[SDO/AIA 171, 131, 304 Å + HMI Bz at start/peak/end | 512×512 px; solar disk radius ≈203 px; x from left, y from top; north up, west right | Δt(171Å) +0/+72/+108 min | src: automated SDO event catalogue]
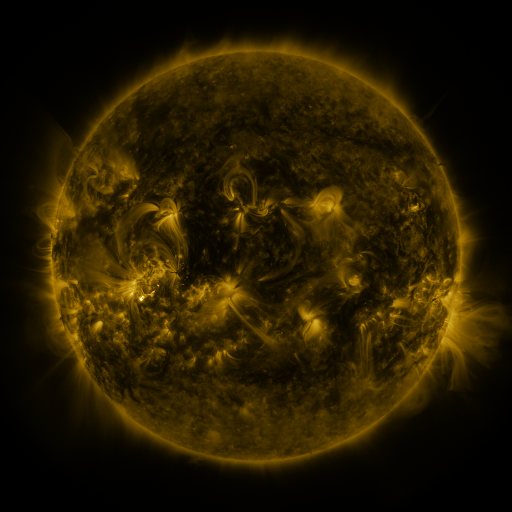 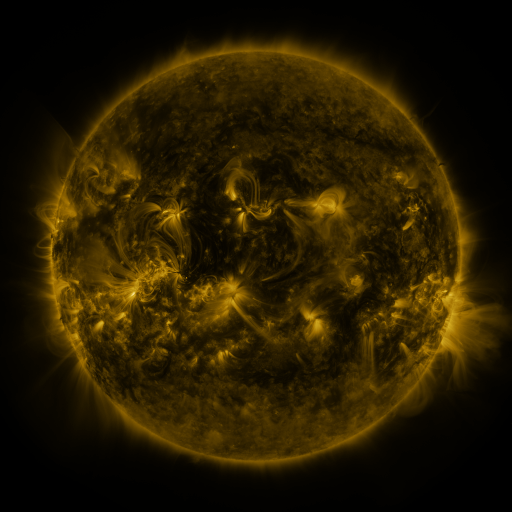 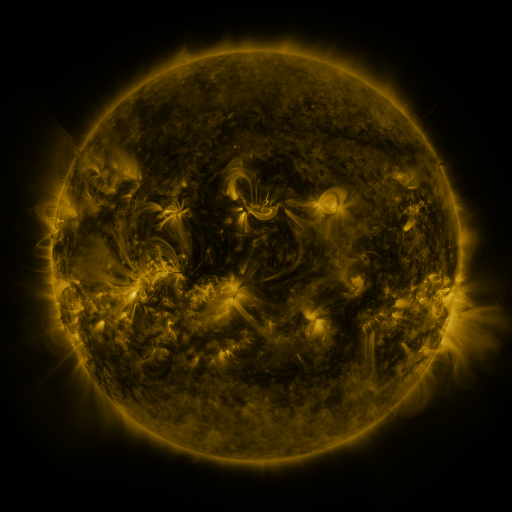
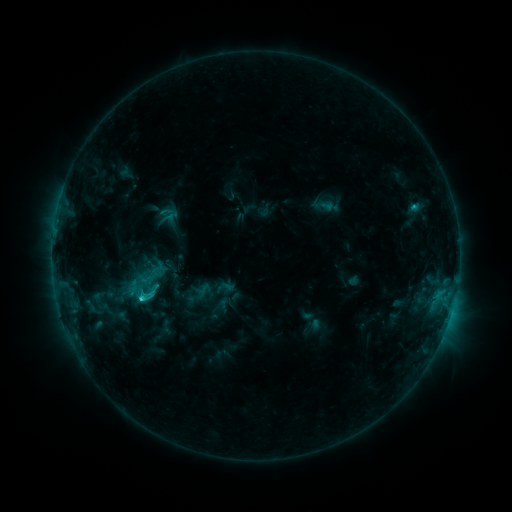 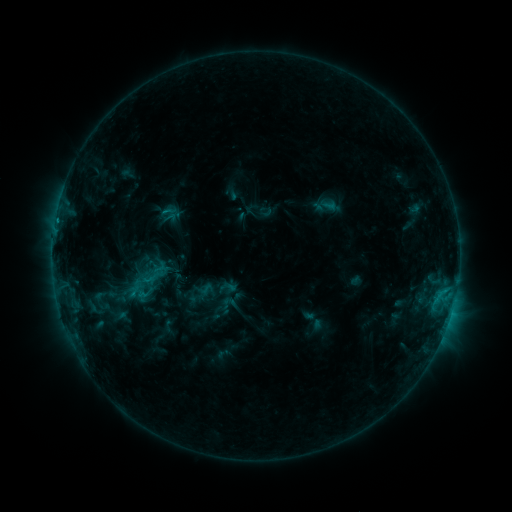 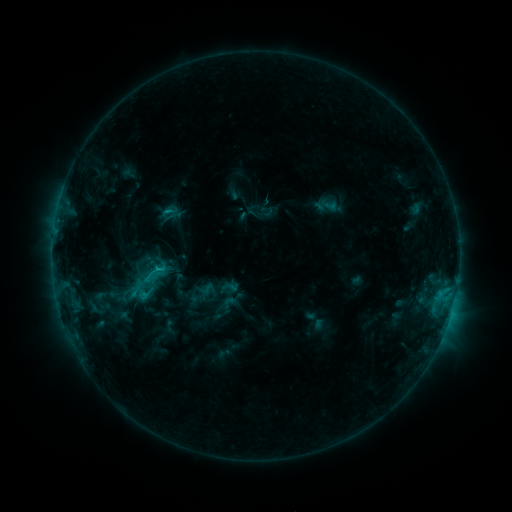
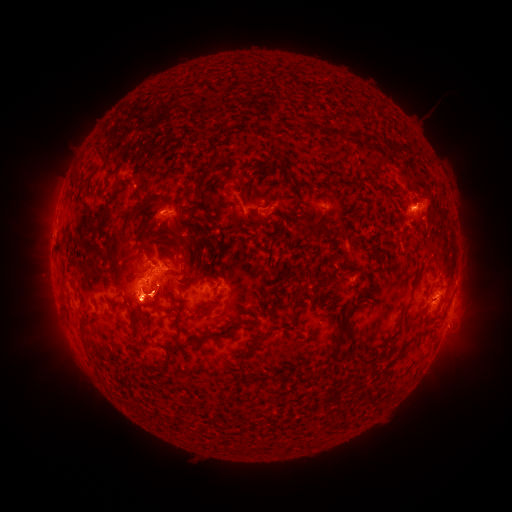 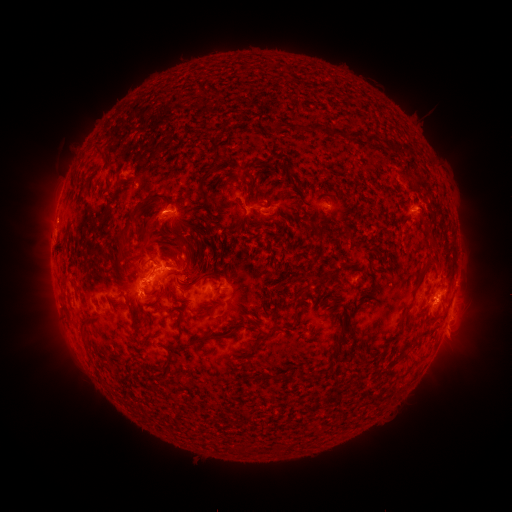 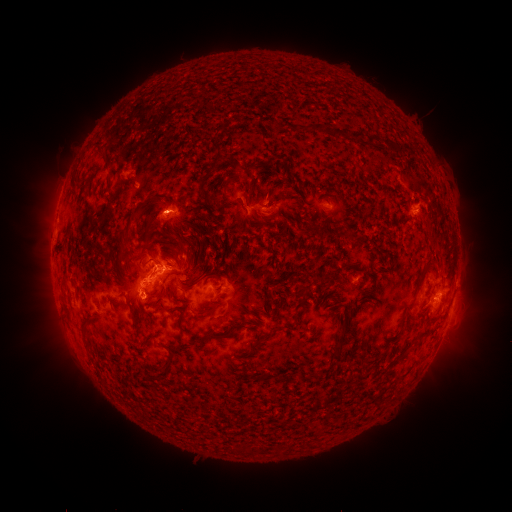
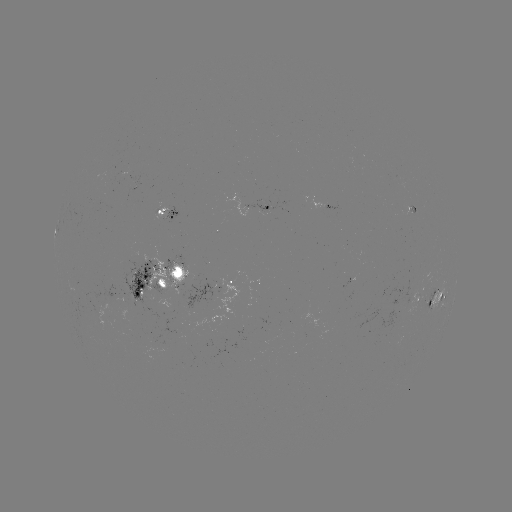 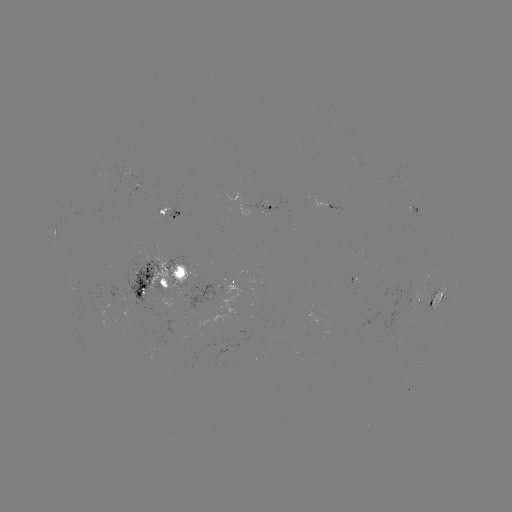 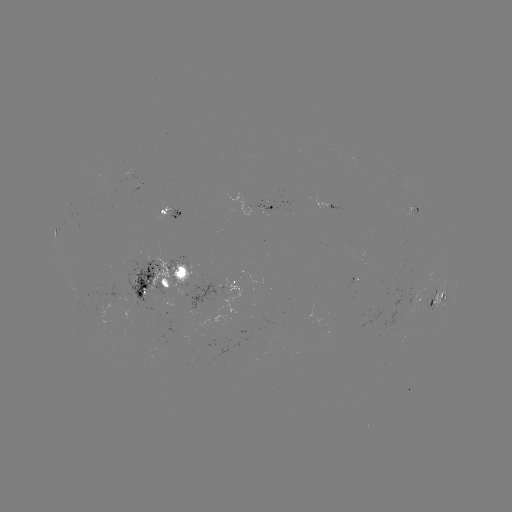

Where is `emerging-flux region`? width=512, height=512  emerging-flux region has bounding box [408, 207, 419, 217].